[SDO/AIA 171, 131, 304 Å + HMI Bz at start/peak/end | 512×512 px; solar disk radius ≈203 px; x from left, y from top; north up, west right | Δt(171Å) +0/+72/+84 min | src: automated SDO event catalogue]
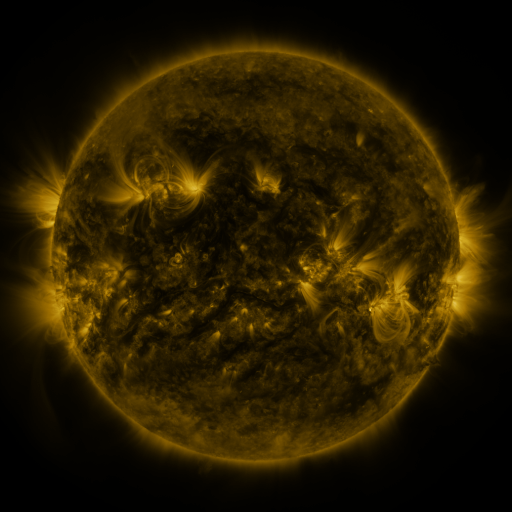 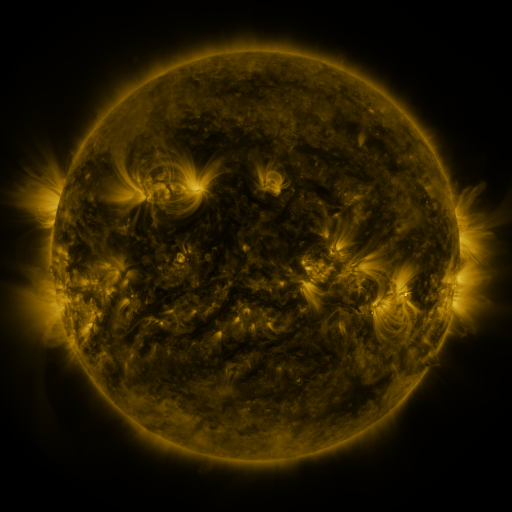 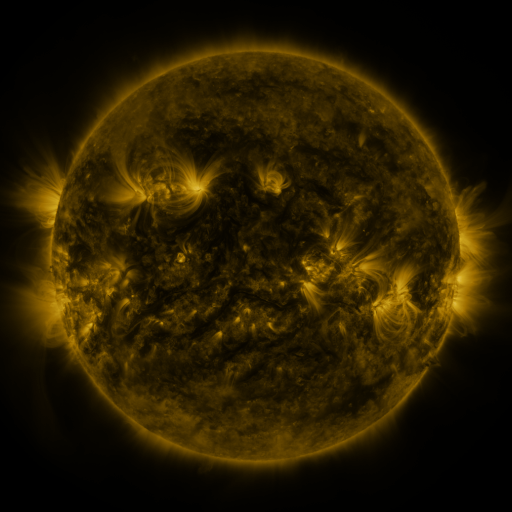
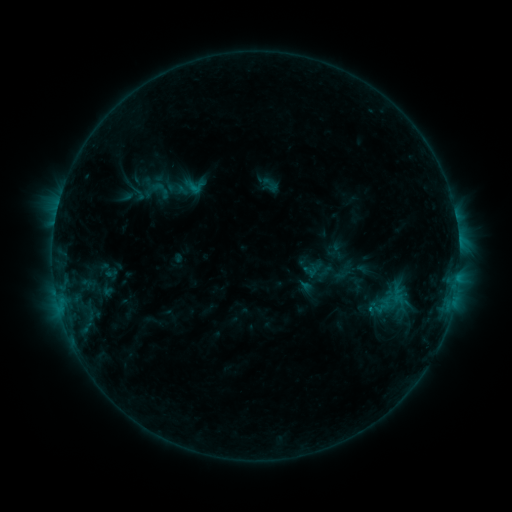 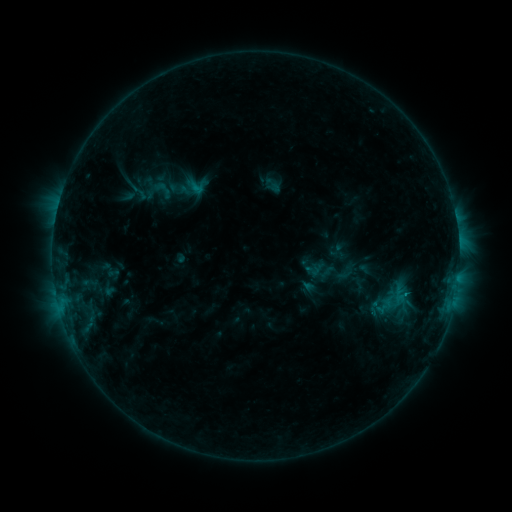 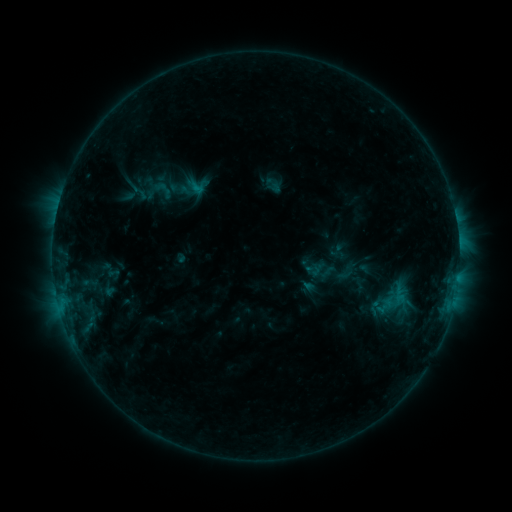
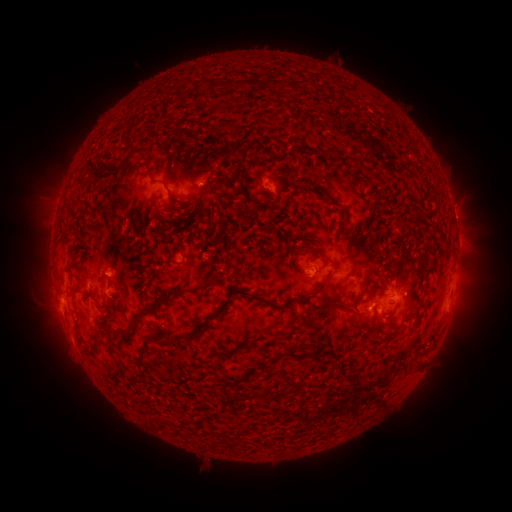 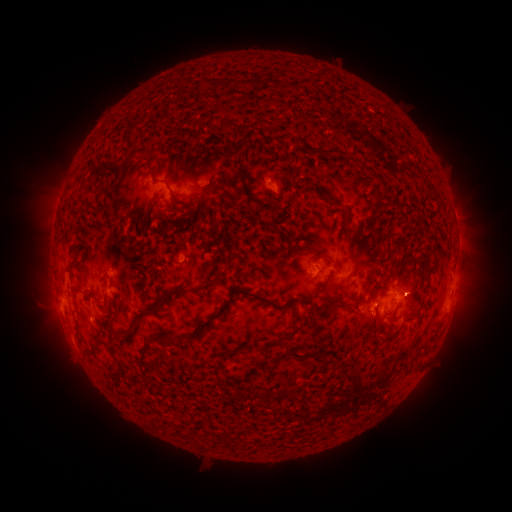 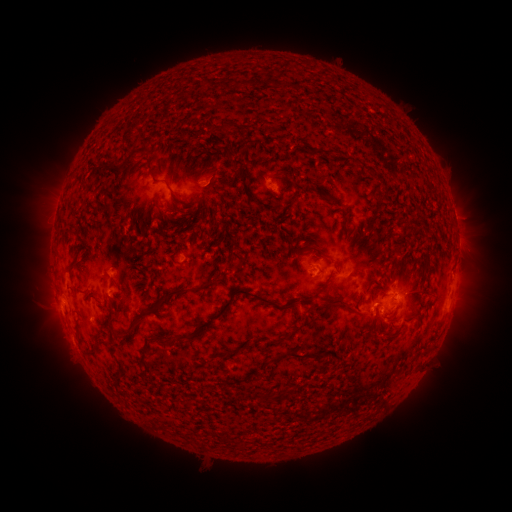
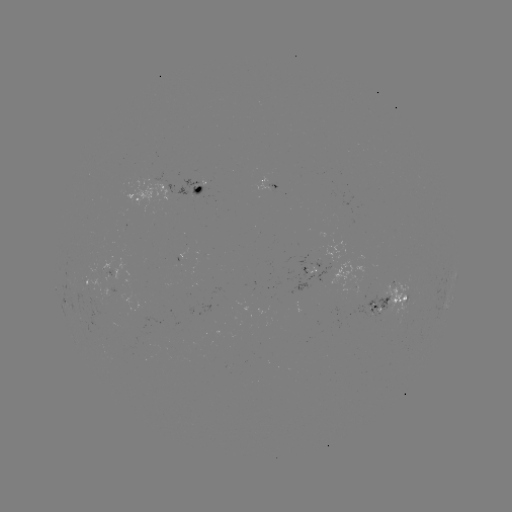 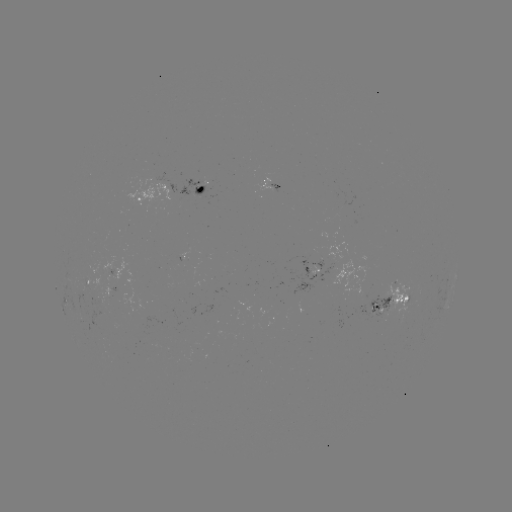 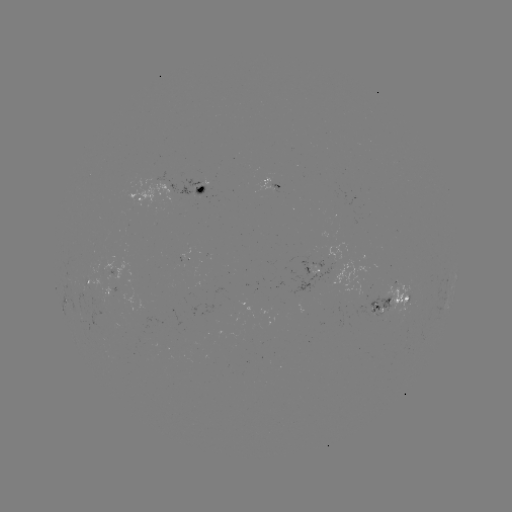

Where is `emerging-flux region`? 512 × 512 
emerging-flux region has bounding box [367, 295, 389, 319].